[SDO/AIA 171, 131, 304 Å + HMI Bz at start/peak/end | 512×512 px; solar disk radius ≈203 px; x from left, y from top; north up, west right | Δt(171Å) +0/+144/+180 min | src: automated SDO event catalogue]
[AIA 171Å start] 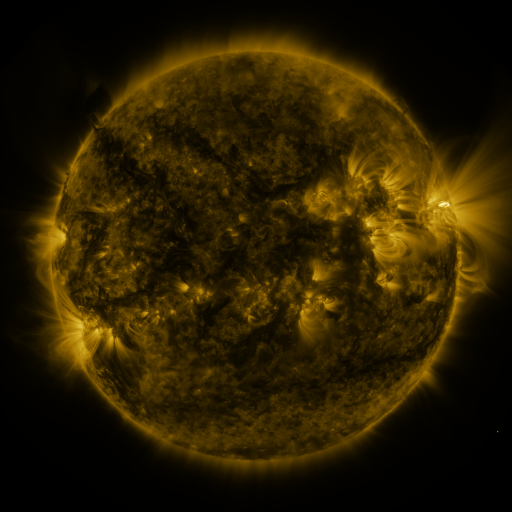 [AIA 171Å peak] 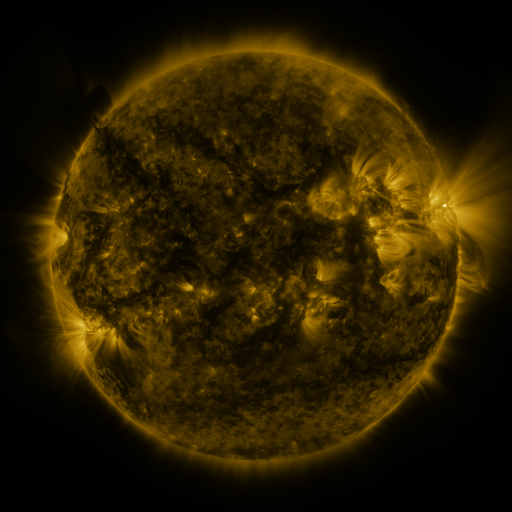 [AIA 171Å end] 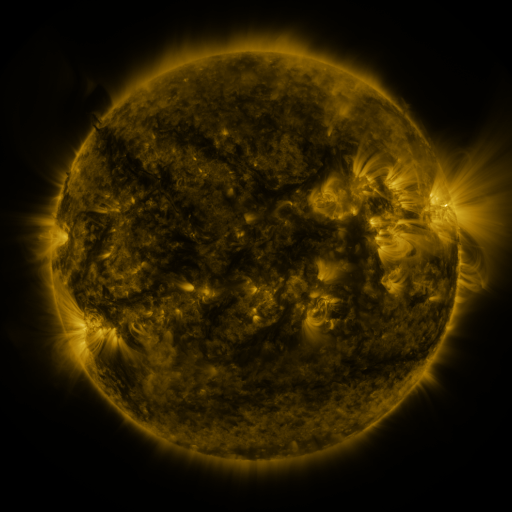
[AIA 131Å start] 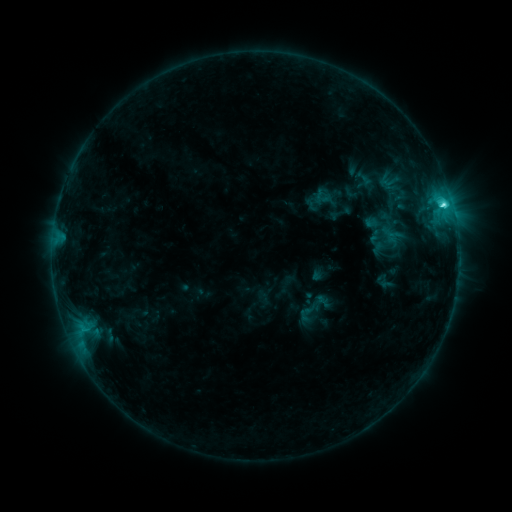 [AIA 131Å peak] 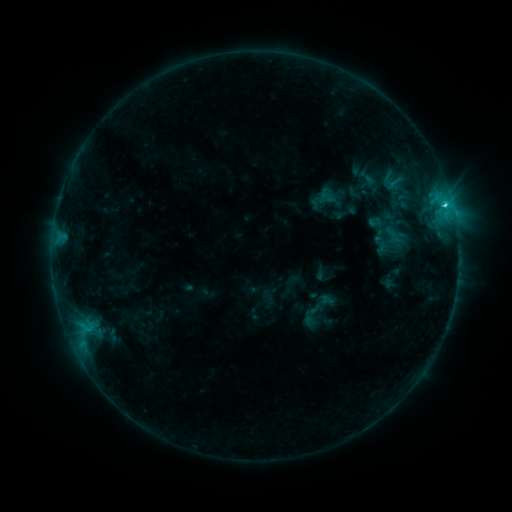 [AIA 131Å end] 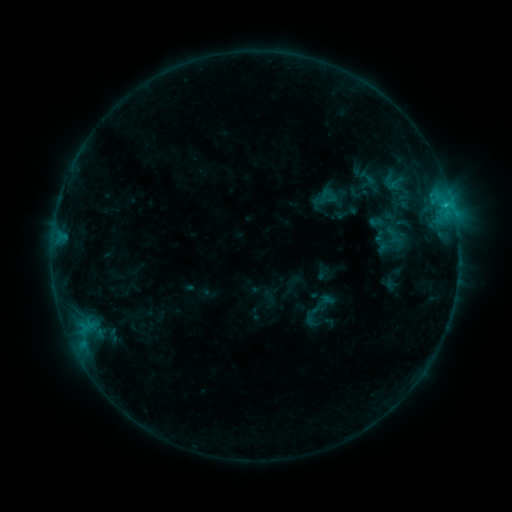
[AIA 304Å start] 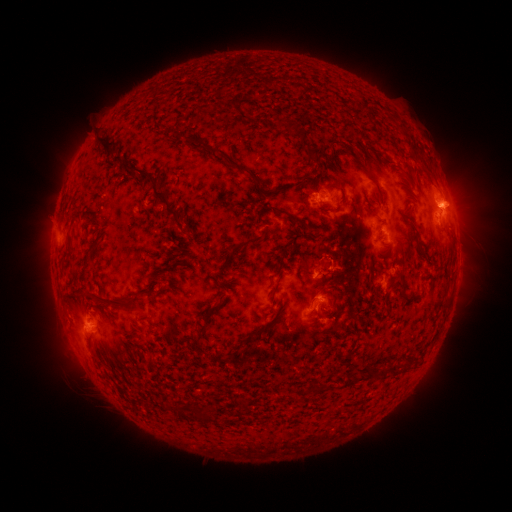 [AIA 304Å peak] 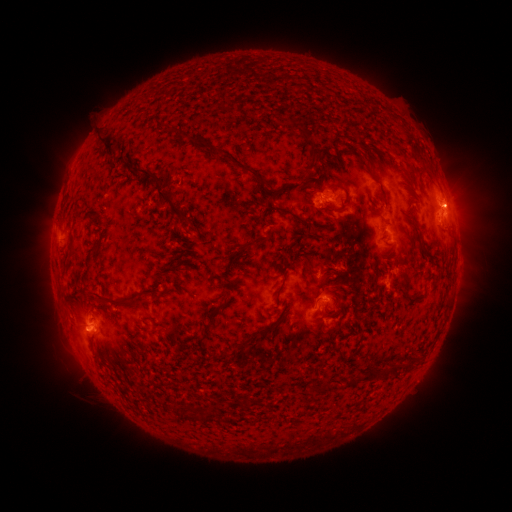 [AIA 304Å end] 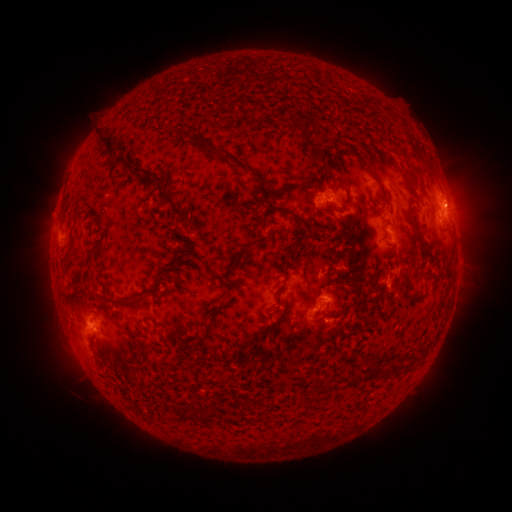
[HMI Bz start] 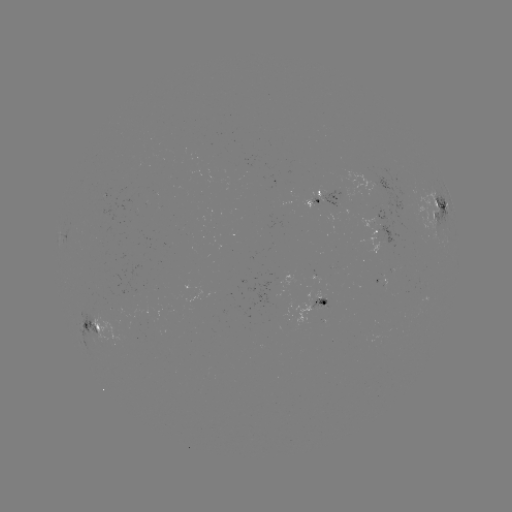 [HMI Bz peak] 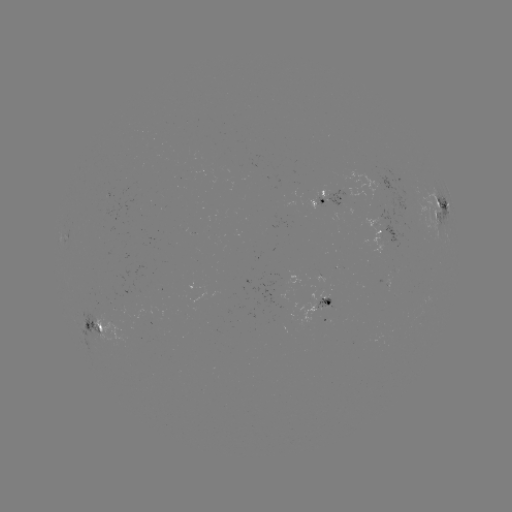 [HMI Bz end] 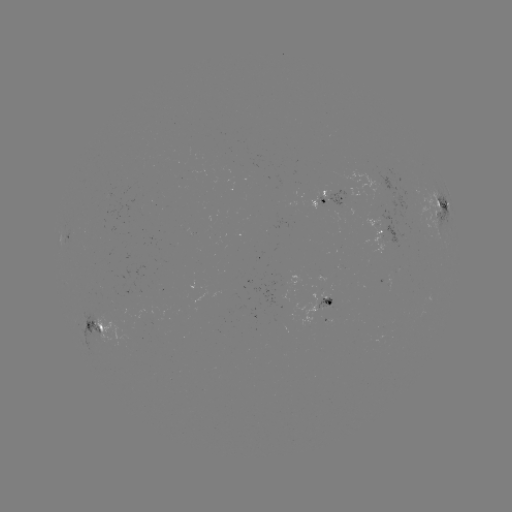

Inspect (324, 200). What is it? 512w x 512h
emerging-flux region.